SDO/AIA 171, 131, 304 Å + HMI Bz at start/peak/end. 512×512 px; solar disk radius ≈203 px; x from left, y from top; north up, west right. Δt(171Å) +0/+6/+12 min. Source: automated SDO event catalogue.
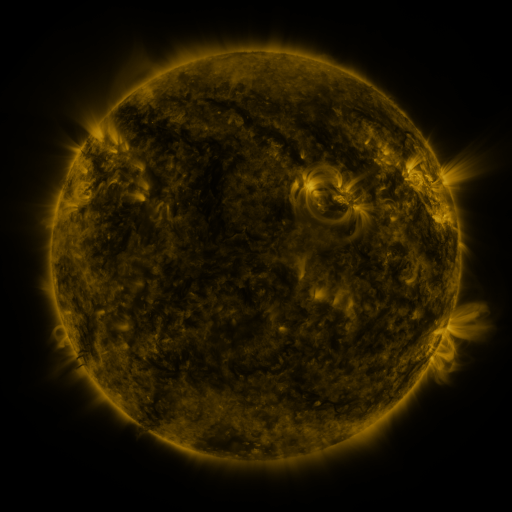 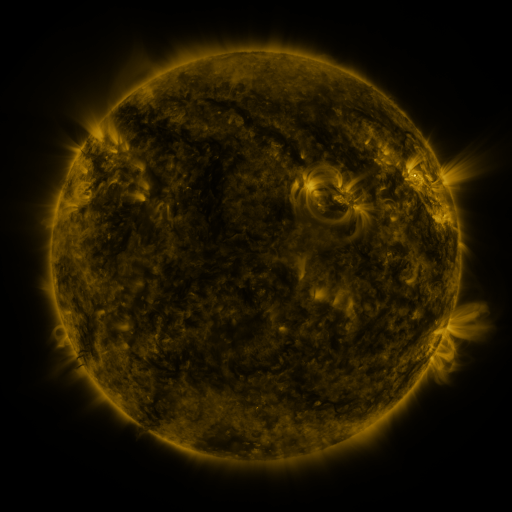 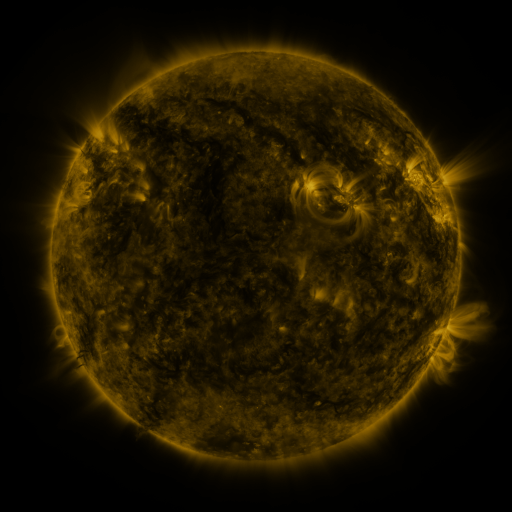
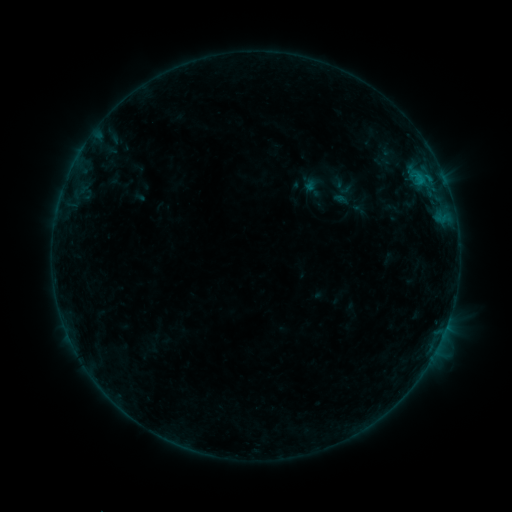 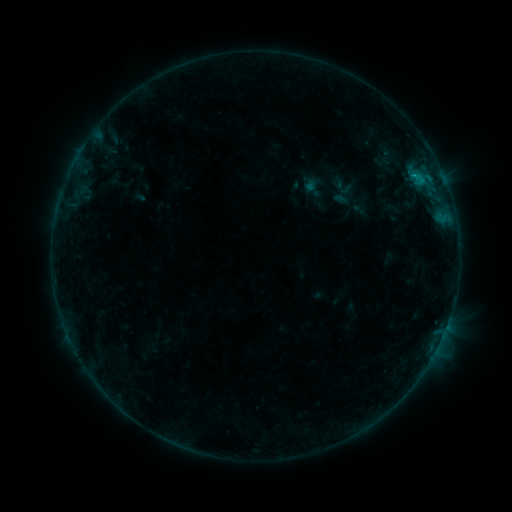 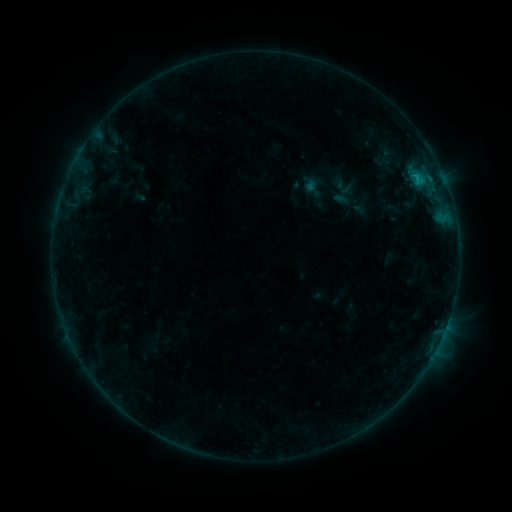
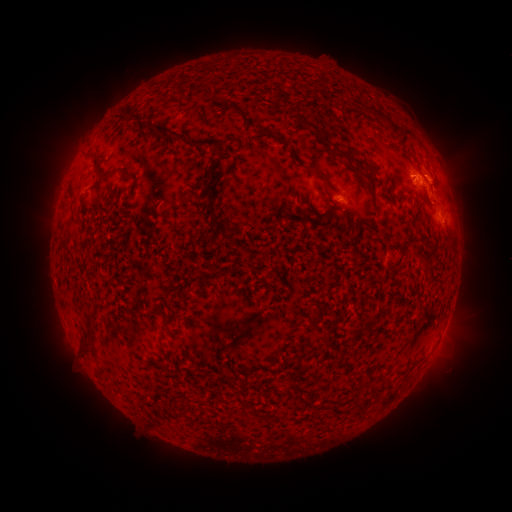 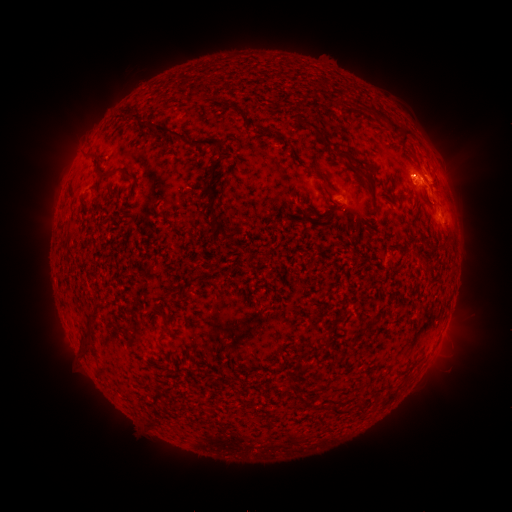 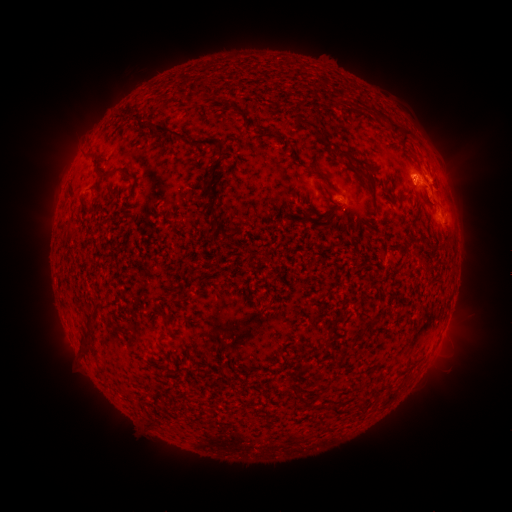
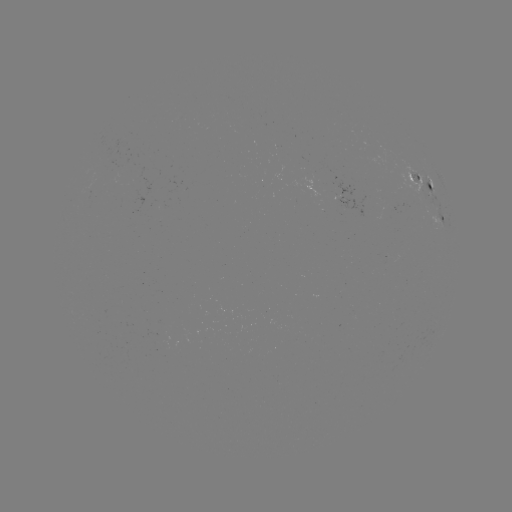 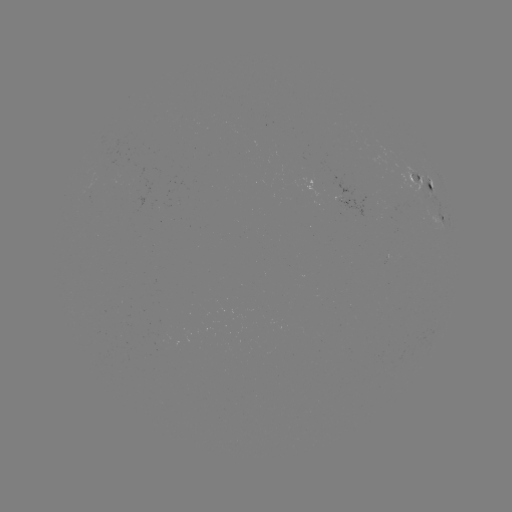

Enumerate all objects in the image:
B6.8 flare: (413, 177)
